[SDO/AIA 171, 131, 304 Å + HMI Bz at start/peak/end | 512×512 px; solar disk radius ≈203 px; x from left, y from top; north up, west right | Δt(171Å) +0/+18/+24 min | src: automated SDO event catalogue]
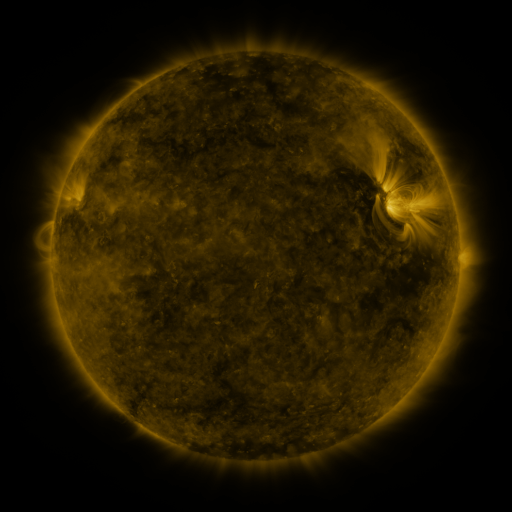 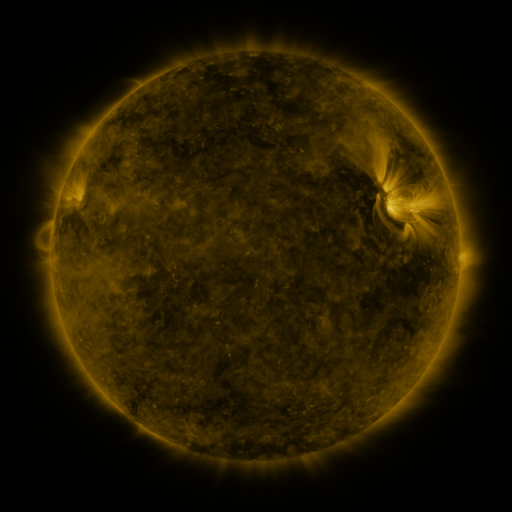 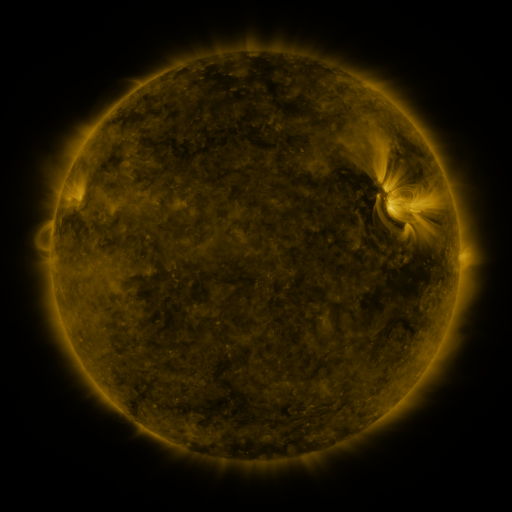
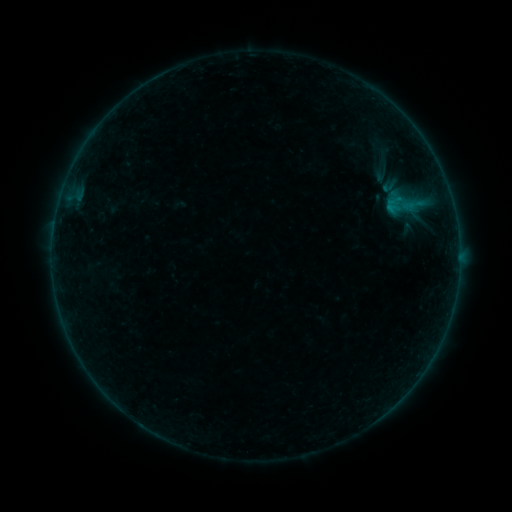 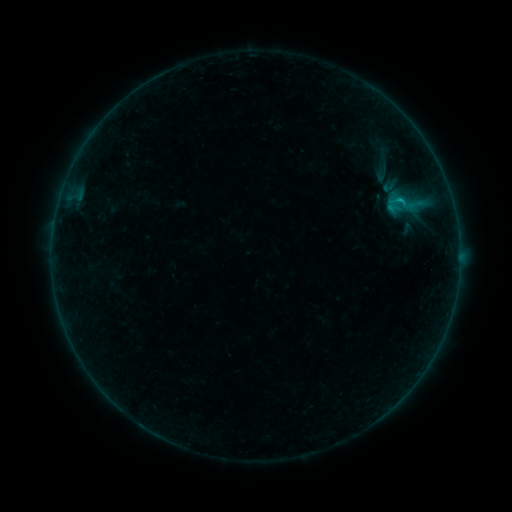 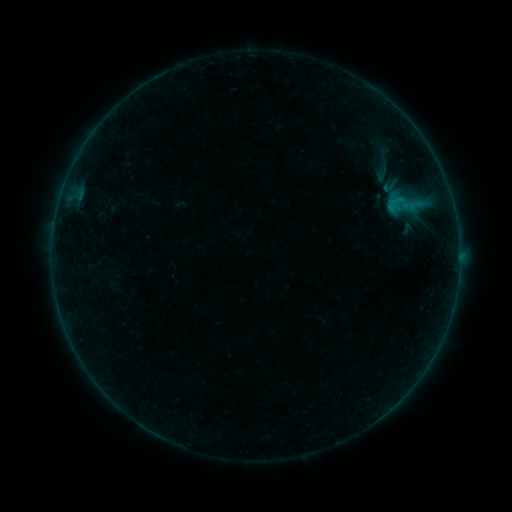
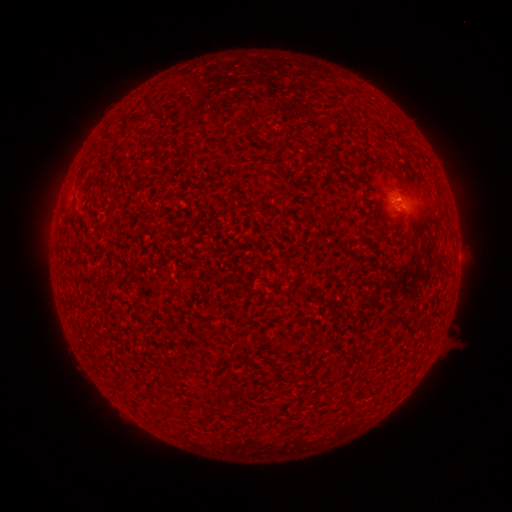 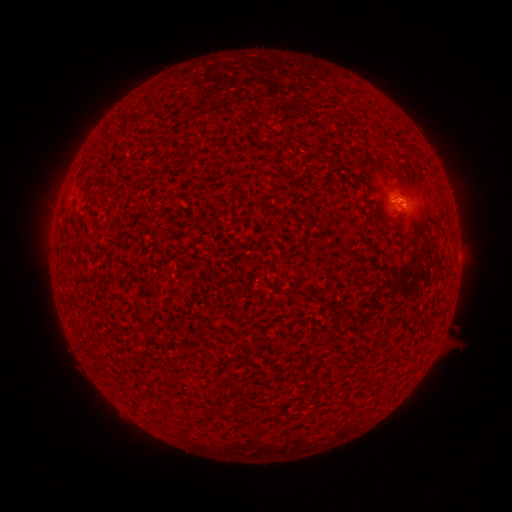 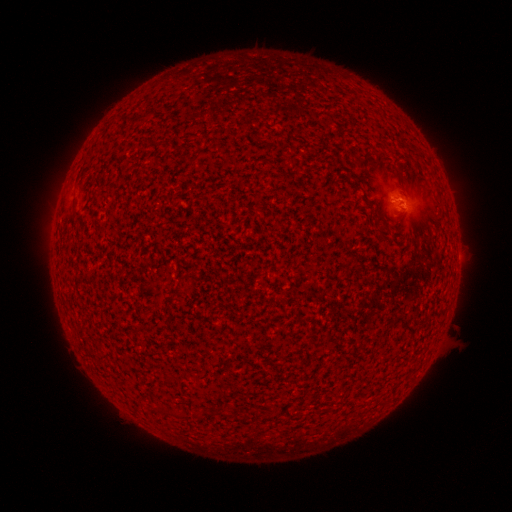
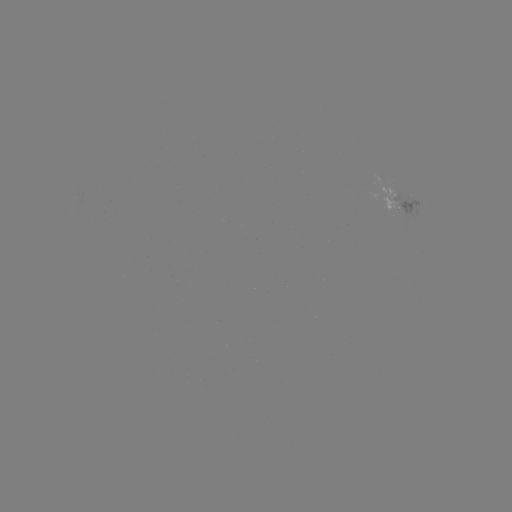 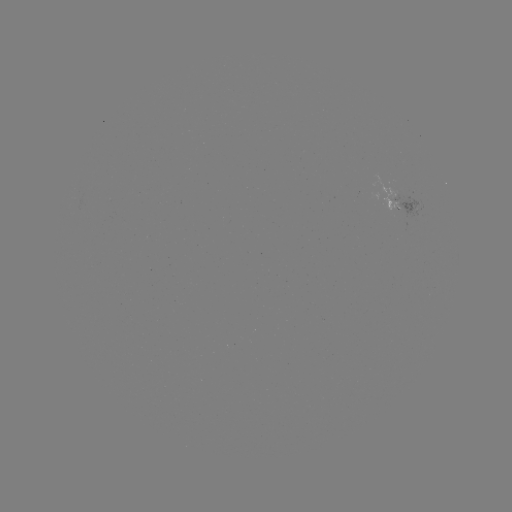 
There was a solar flare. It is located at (399, 202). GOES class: B2.8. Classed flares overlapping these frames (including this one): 1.